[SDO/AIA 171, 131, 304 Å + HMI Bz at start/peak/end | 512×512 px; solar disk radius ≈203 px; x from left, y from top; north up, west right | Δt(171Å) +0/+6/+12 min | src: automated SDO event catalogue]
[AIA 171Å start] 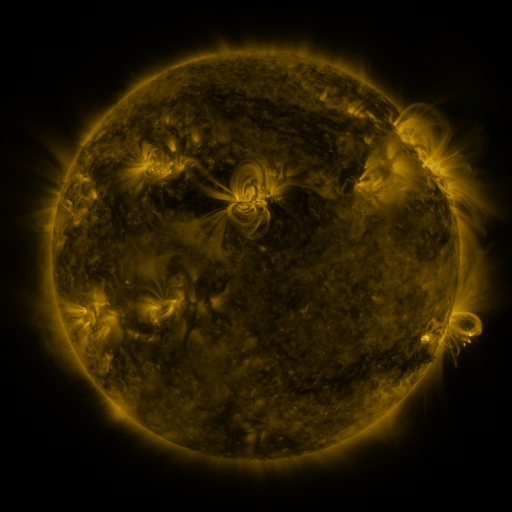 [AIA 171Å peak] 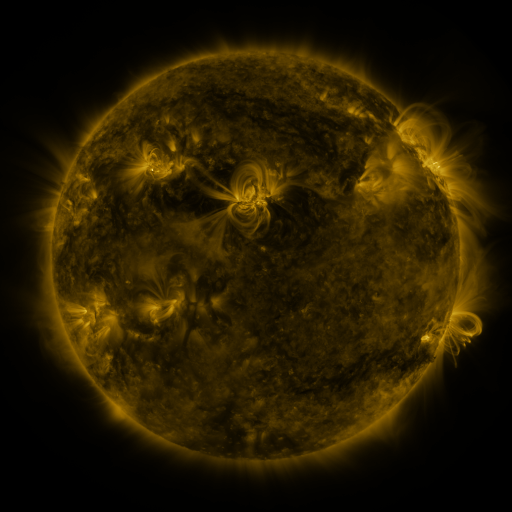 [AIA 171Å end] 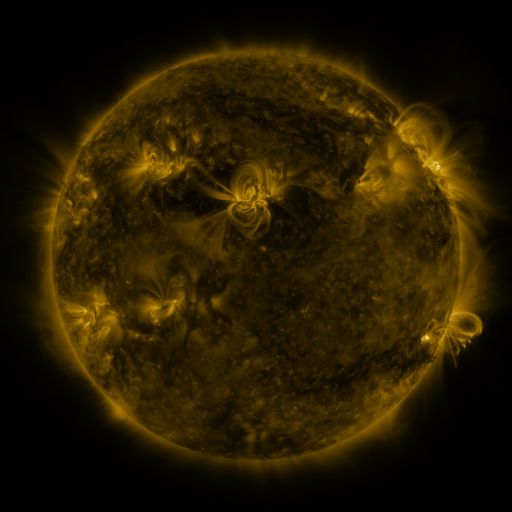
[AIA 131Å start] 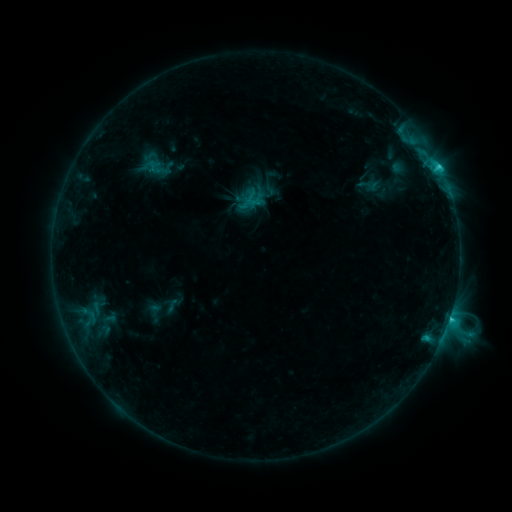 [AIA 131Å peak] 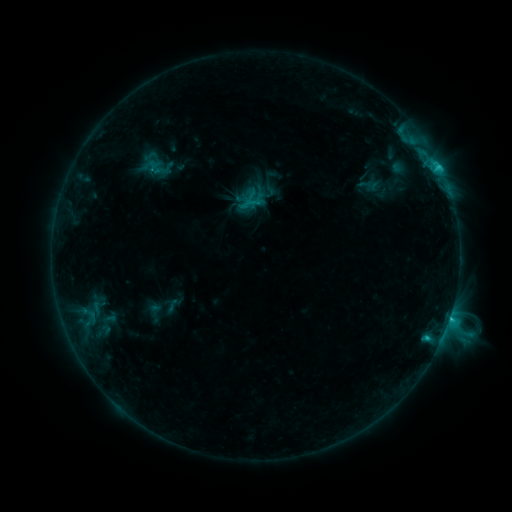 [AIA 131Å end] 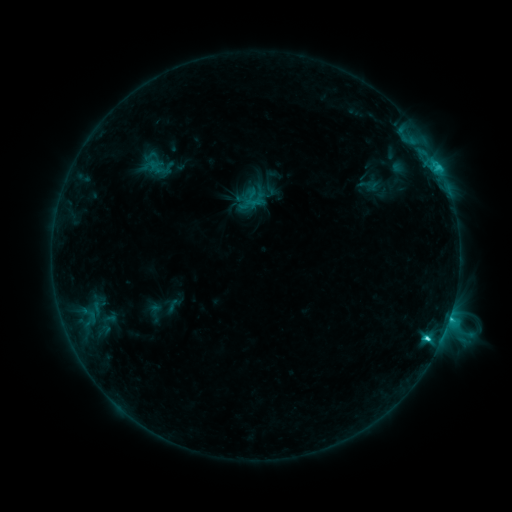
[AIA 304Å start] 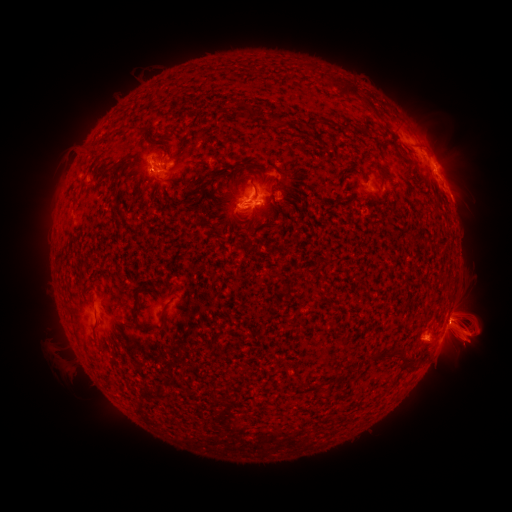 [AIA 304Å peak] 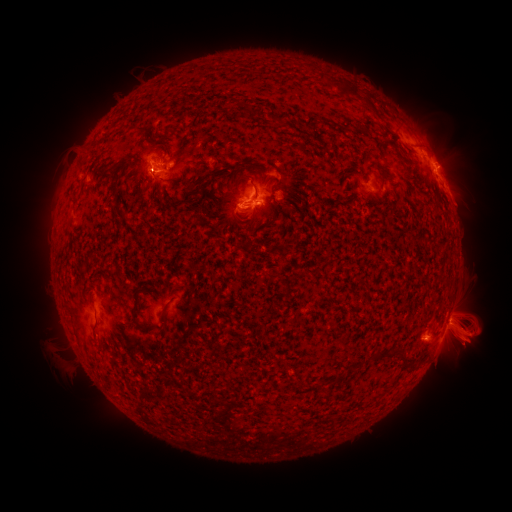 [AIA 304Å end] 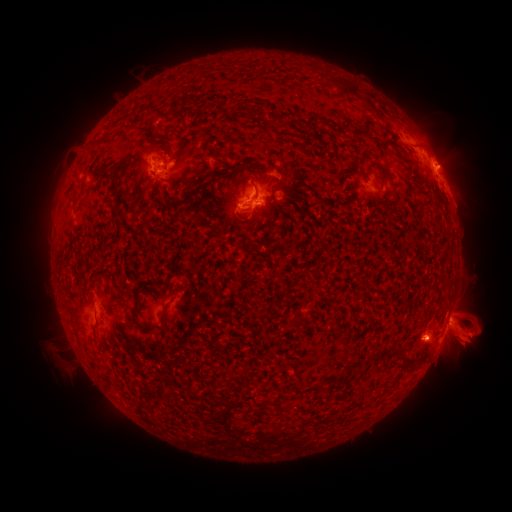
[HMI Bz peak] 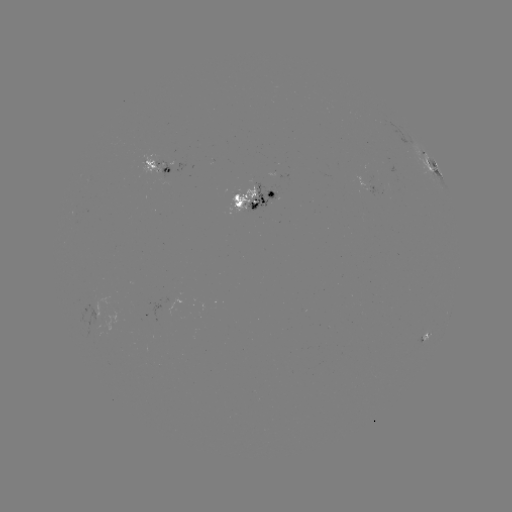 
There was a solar flare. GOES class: C4.7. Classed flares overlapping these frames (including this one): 1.